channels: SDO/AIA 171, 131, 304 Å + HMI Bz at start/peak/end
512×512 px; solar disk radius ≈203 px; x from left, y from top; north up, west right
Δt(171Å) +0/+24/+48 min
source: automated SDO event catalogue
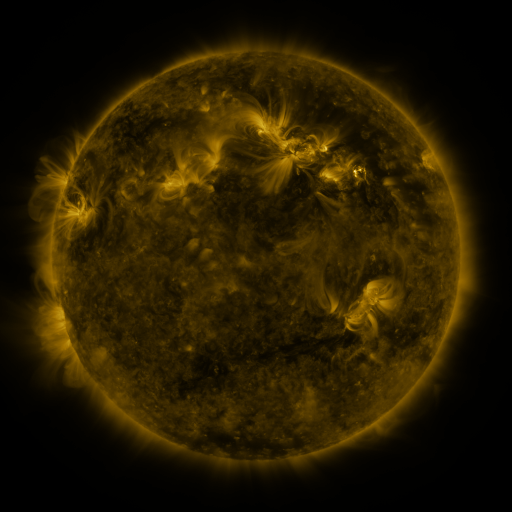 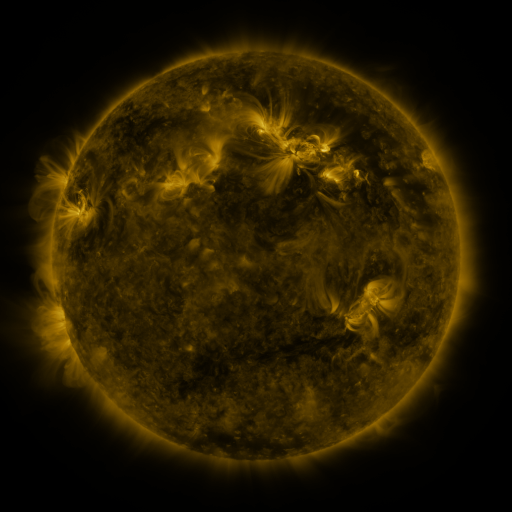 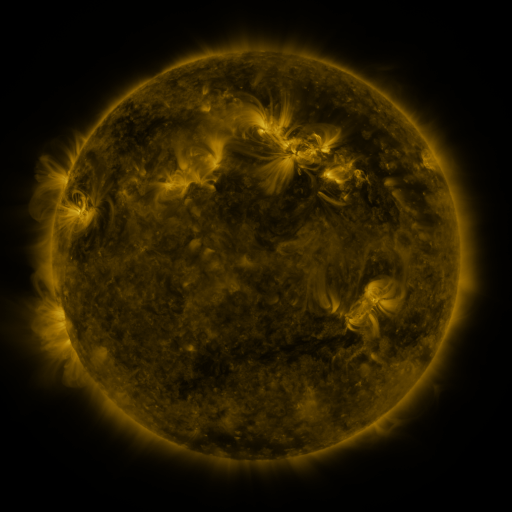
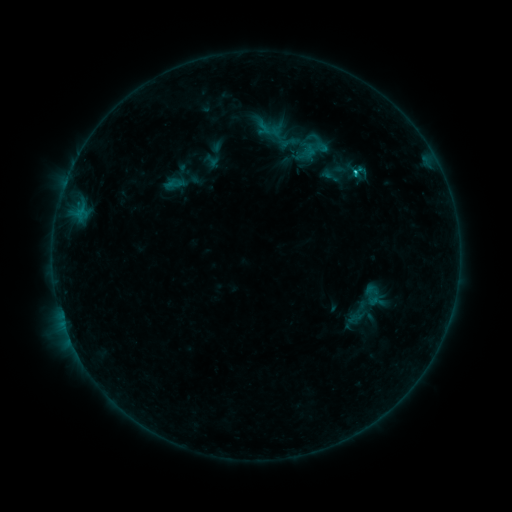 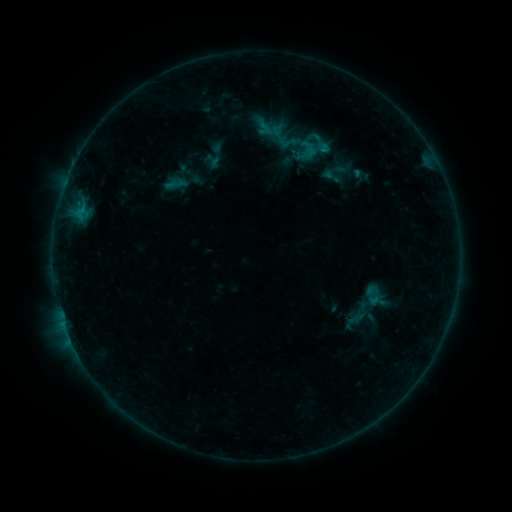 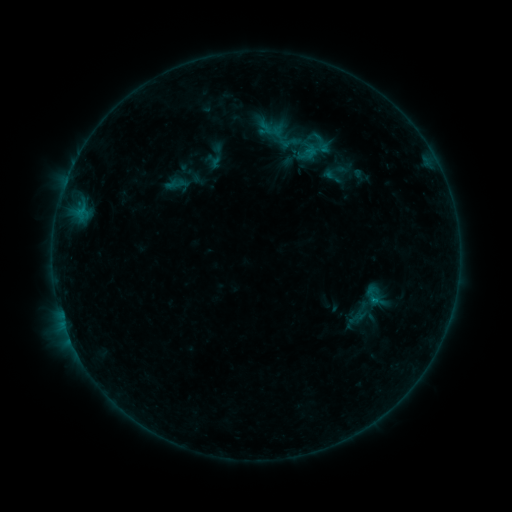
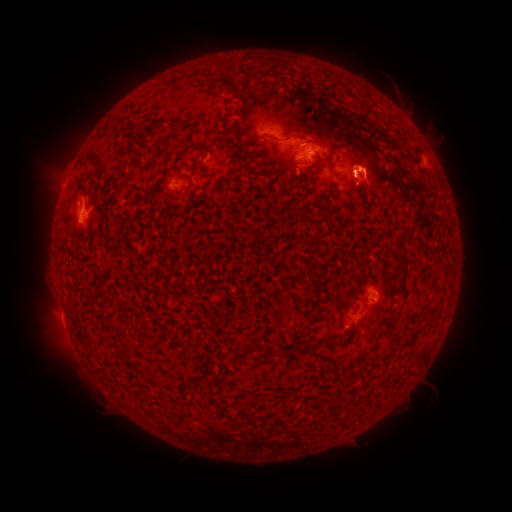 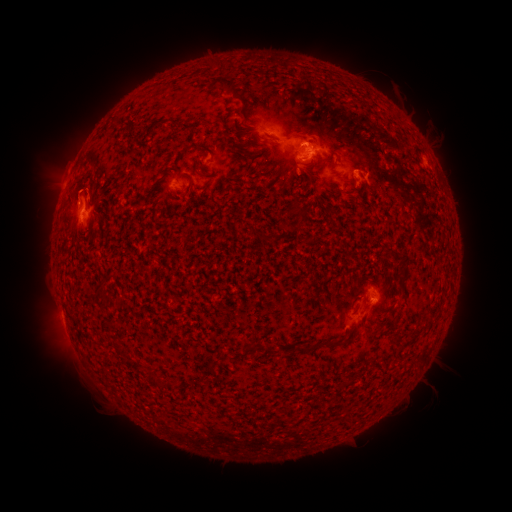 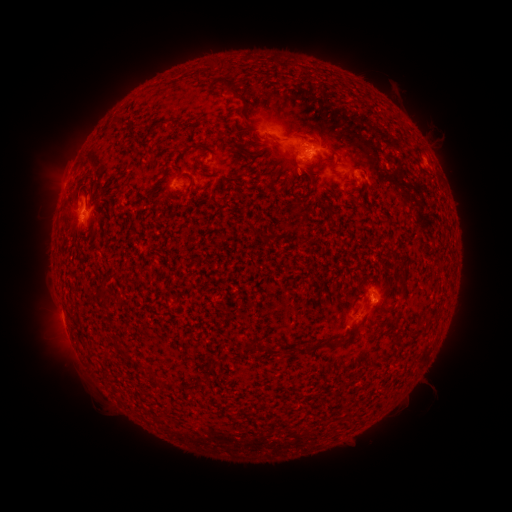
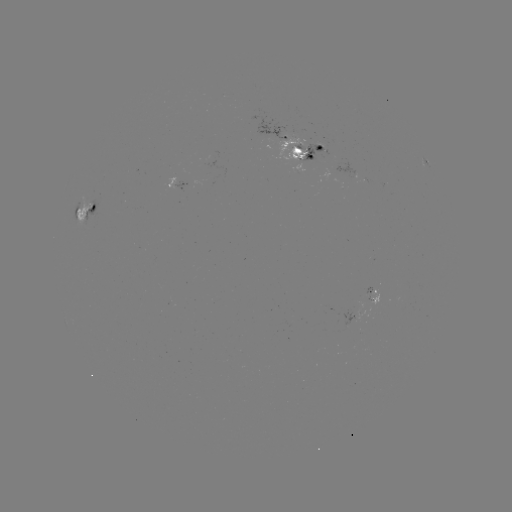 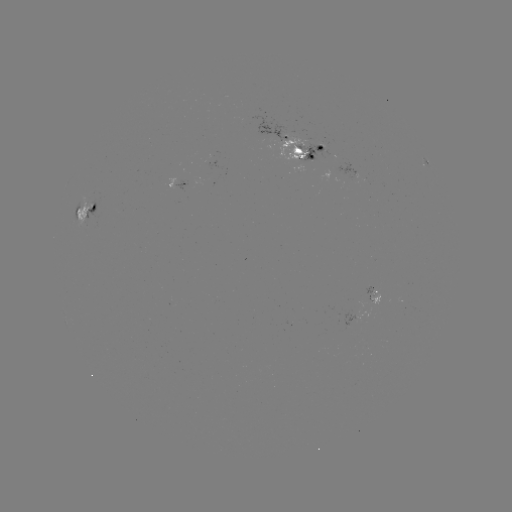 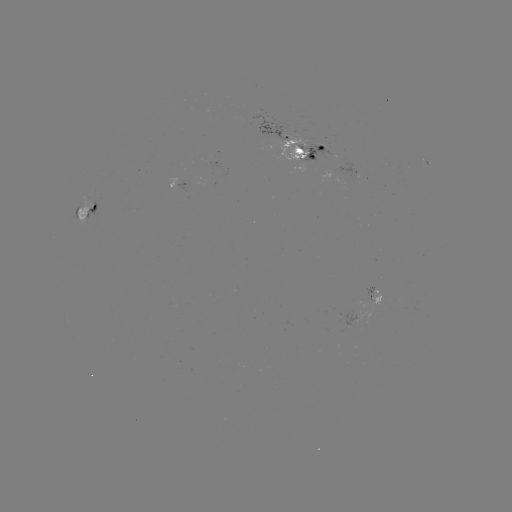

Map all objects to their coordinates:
emerging-flux region: (374, 299)
